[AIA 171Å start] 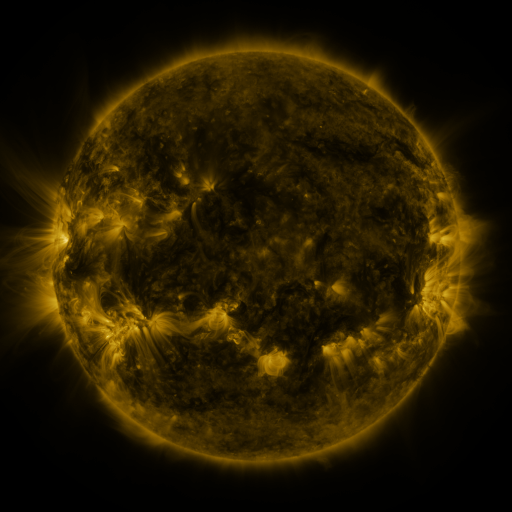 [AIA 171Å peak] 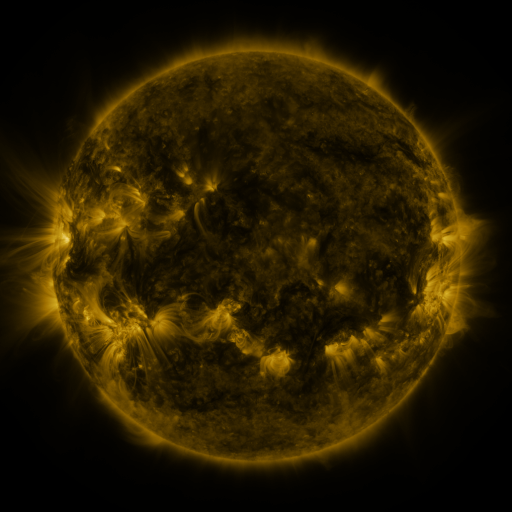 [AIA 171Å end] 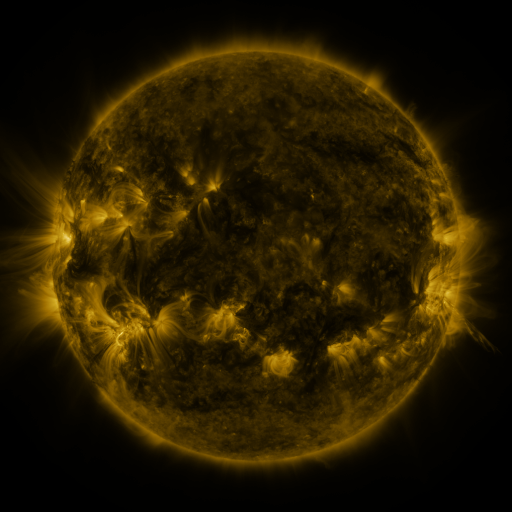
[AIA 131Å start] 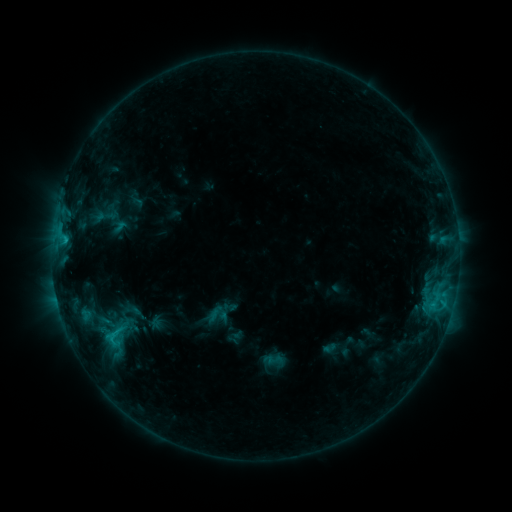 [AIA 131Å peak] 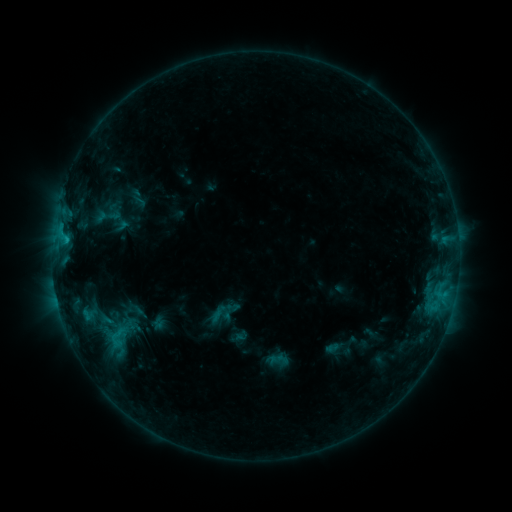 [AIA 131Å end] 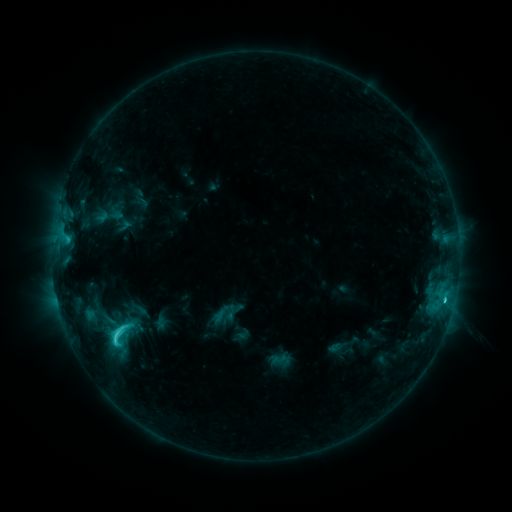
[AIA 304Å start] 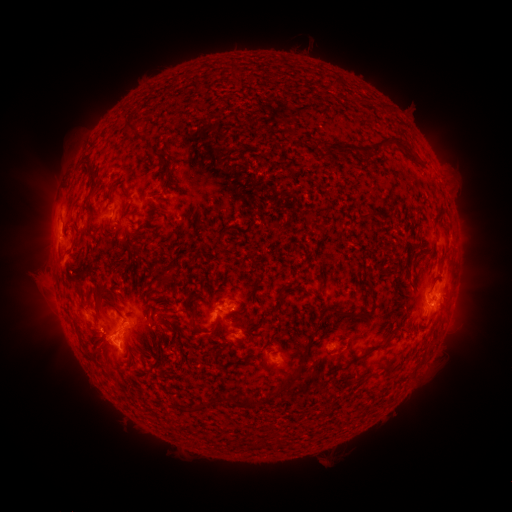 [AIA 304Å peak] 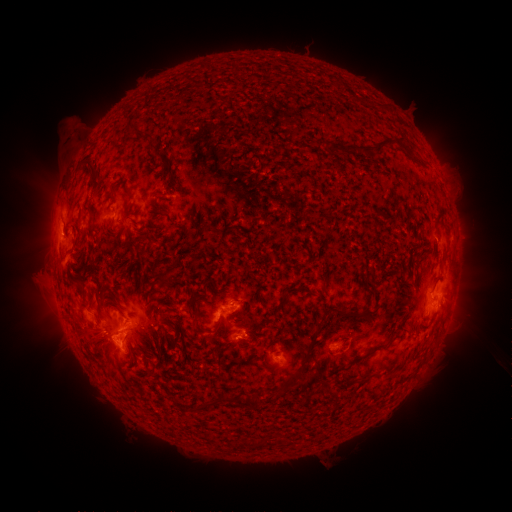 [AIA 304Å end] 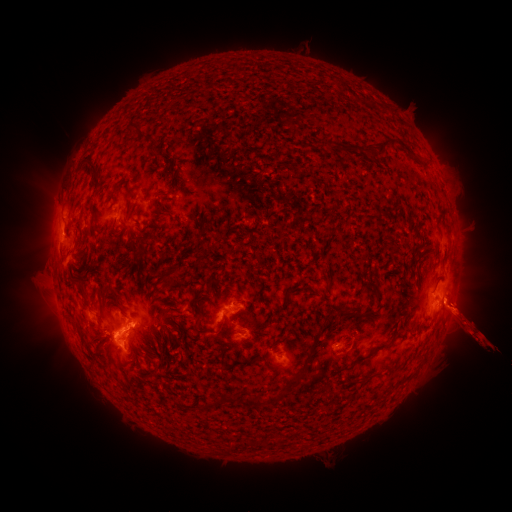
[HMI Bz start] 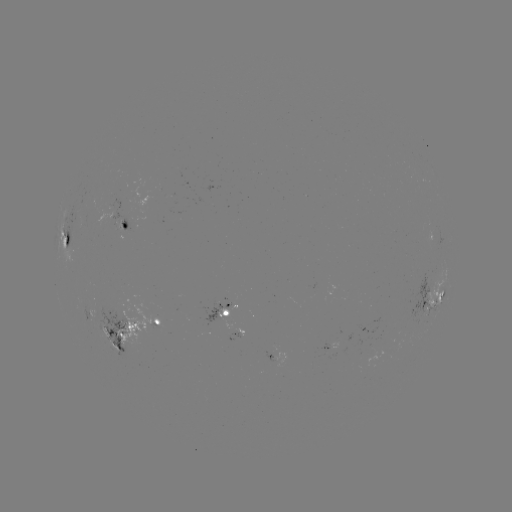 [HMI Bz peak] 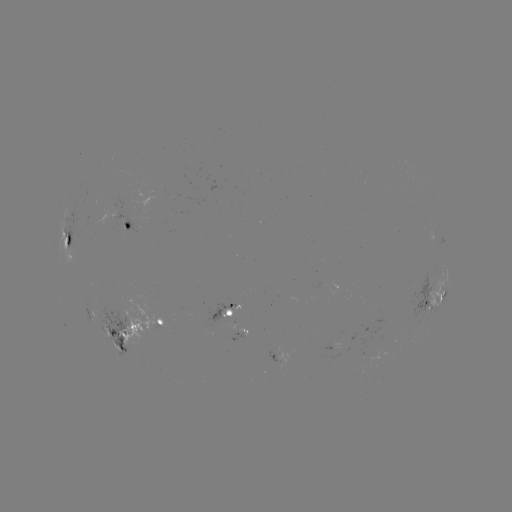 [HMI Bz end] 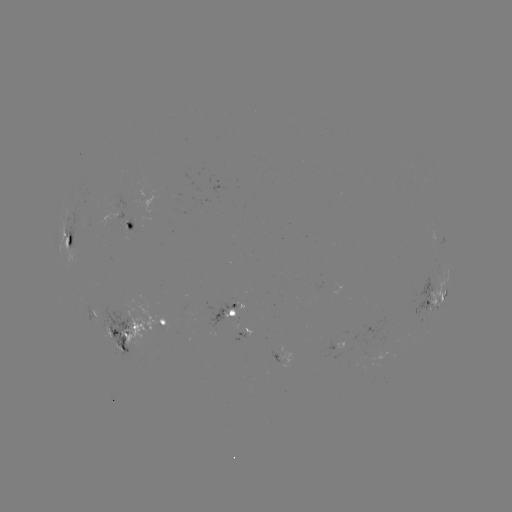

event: filament eruption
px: (51, 126)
